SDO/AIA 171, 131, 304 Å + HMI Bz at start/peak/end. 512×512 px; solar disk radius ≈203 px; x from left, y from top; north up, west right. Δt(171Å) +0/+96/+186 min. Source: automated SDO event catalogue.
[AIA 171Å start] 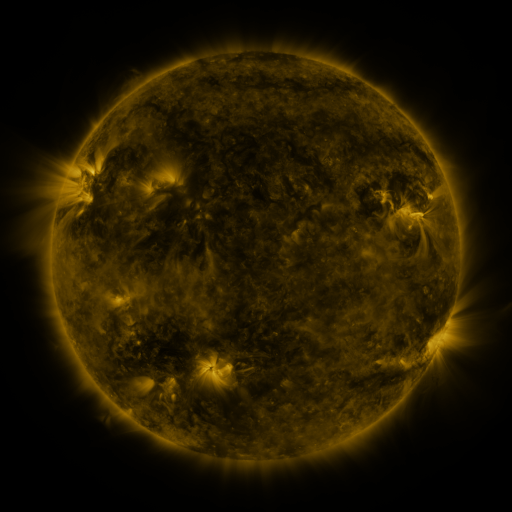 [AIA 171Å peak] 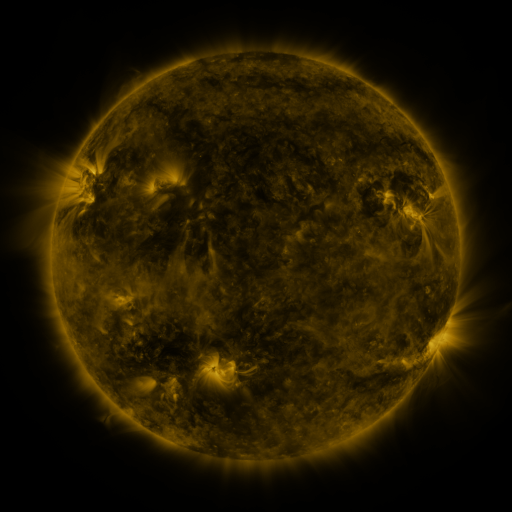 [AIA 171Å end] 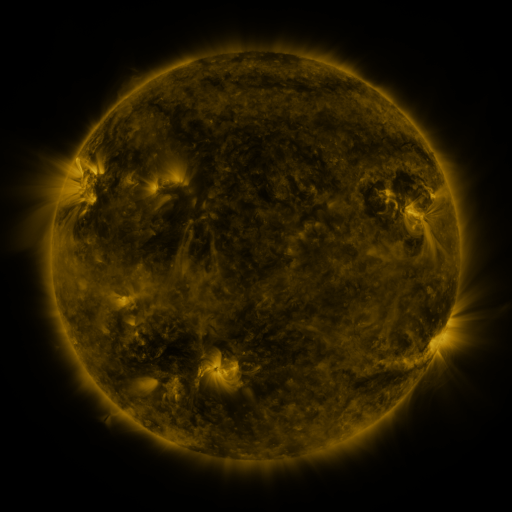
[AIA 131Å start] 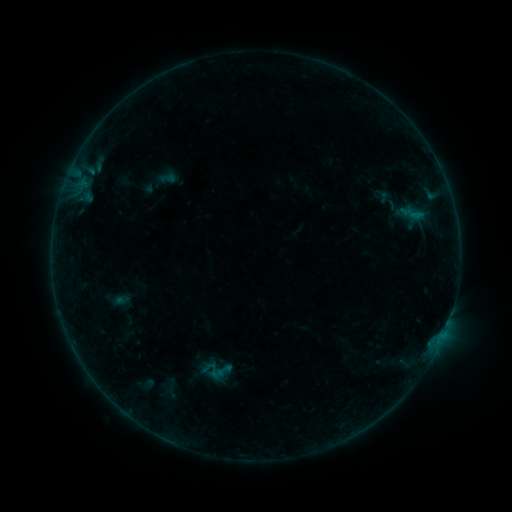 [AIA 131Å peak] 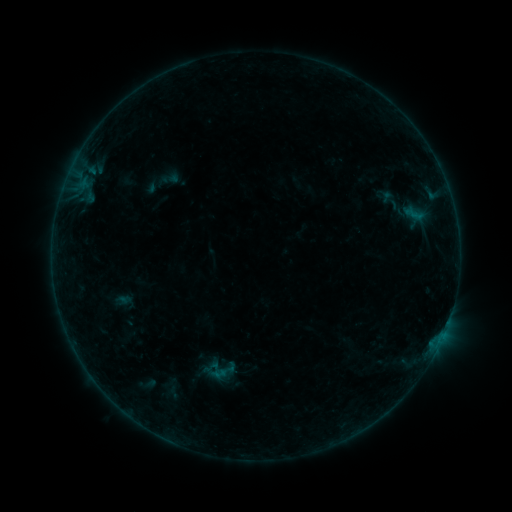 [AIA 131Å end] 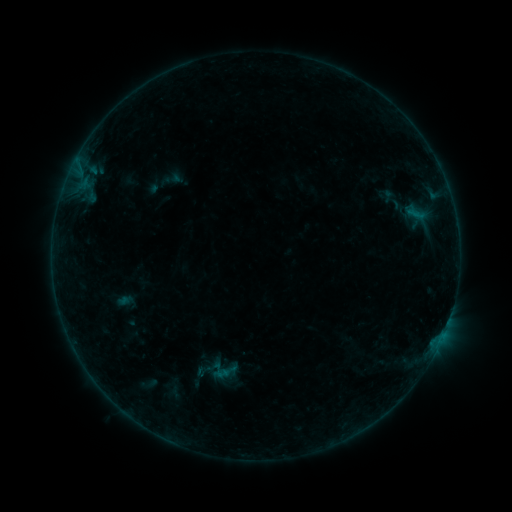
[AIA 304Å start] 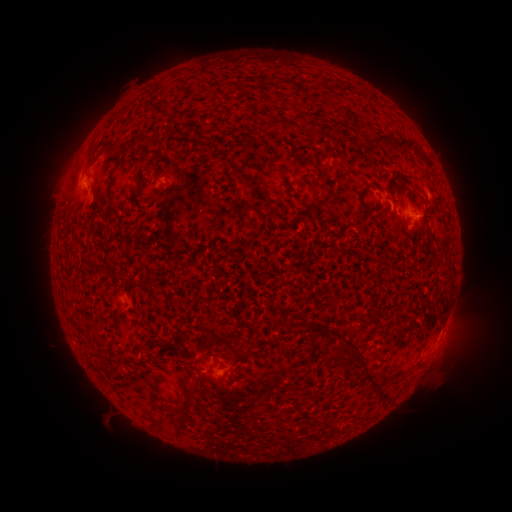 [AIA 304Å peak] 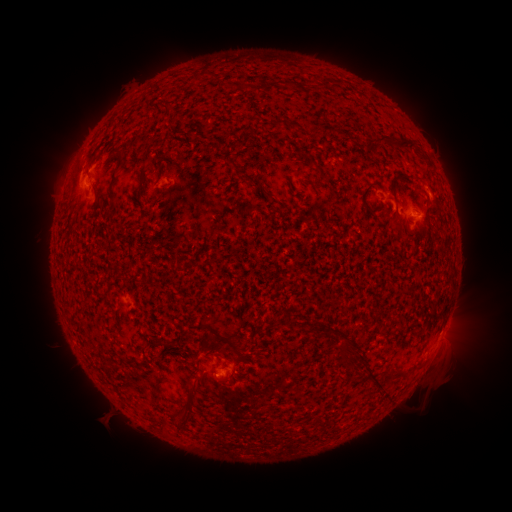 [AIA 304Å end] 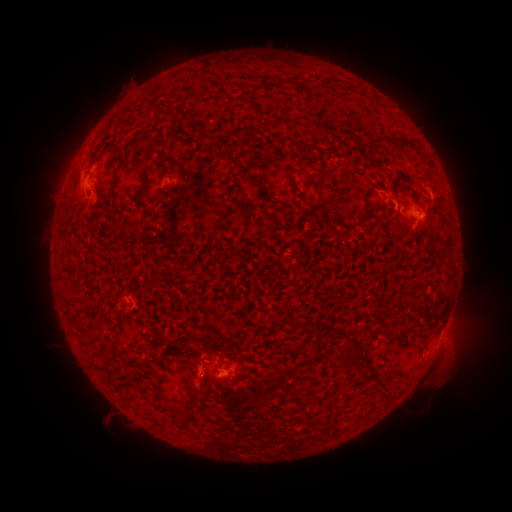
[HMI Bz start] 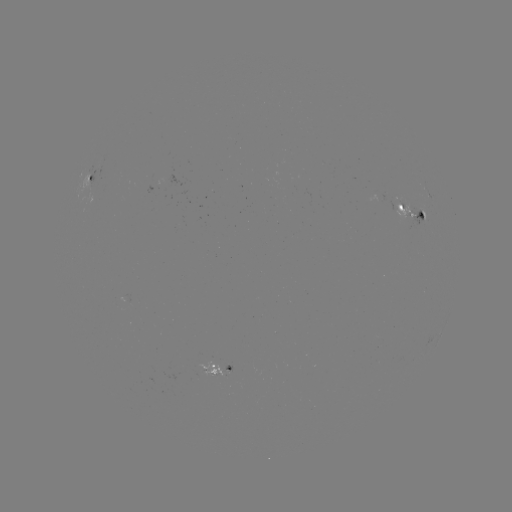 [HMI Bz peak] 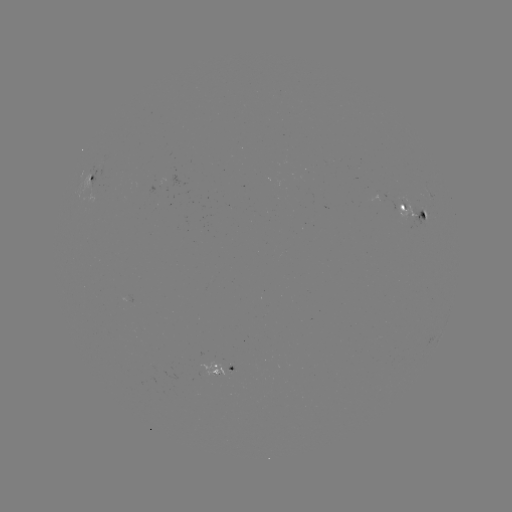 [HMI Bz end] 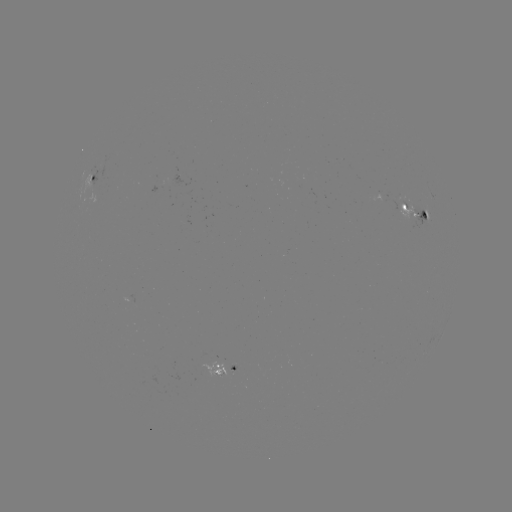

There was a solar flare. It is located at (441, 338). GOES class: B3.3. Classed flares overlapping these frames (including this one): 1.